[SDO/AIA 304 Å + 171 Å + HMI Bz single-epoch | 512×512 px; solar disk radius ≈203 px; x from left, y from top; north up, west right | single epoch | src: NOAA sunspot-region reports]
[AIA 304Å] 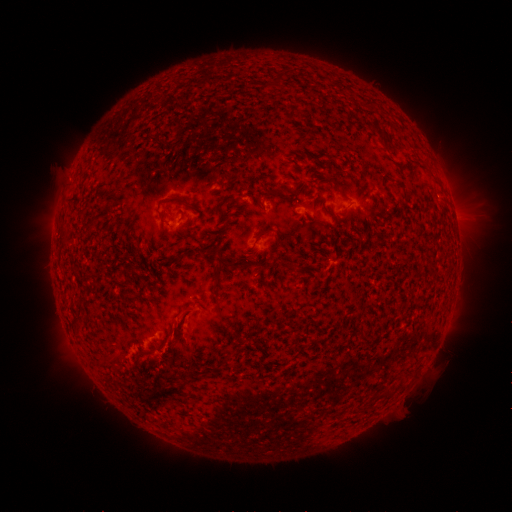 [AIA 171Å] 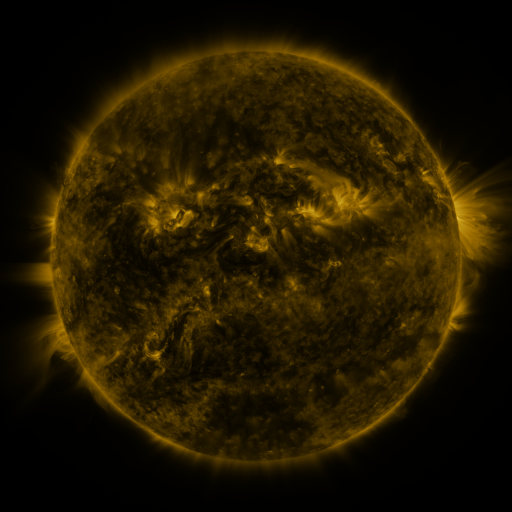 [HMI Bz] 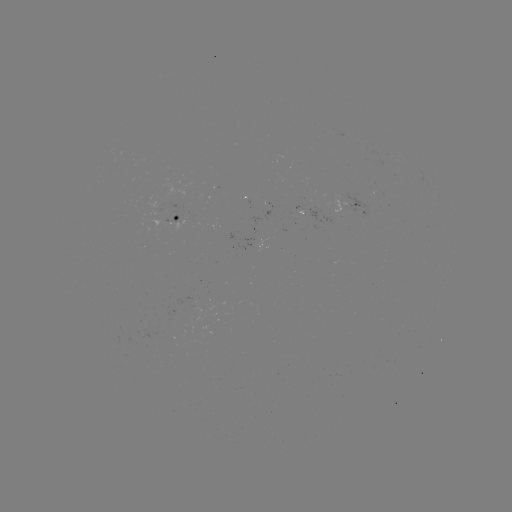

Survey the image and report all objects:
spotted active region: (350, 202)
spotted active region: (305, 210)
spotted active region: (186, 215)
